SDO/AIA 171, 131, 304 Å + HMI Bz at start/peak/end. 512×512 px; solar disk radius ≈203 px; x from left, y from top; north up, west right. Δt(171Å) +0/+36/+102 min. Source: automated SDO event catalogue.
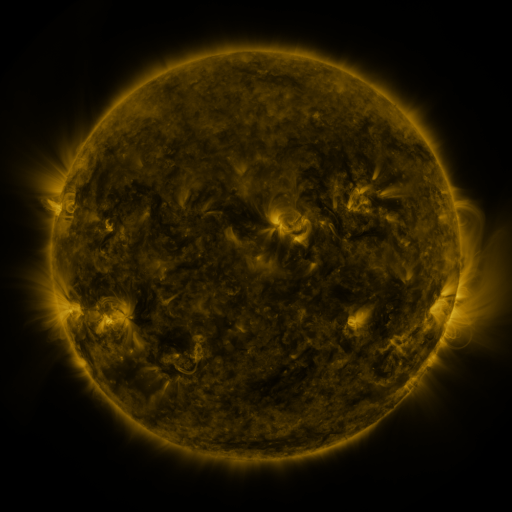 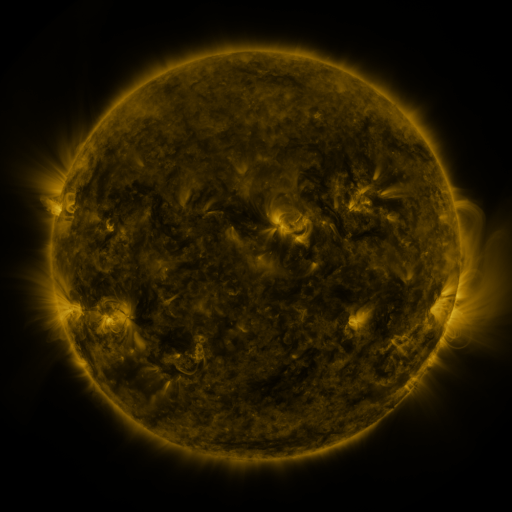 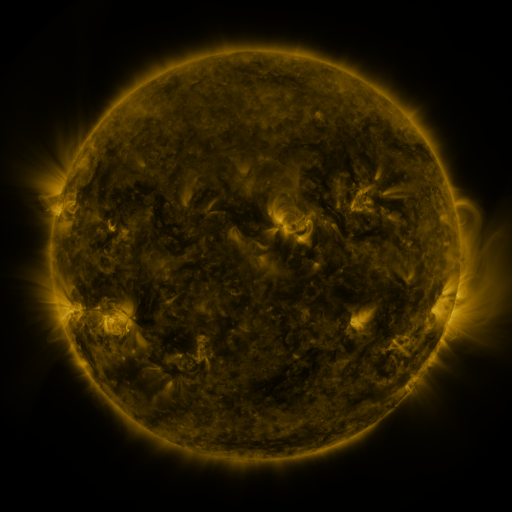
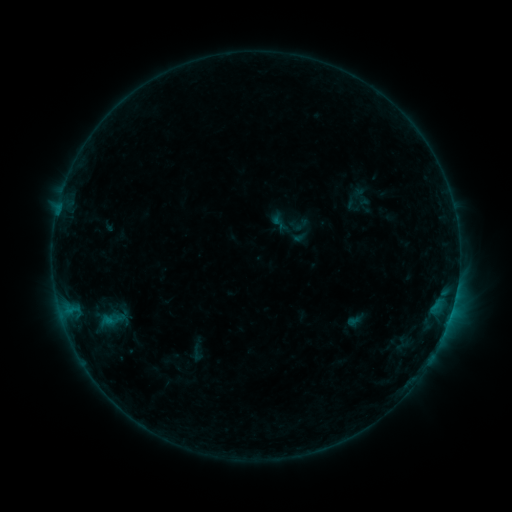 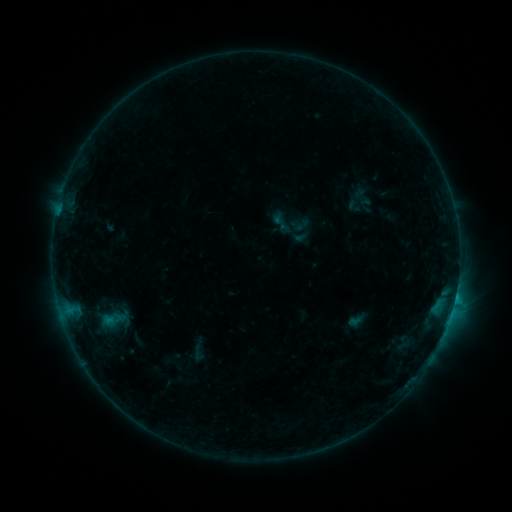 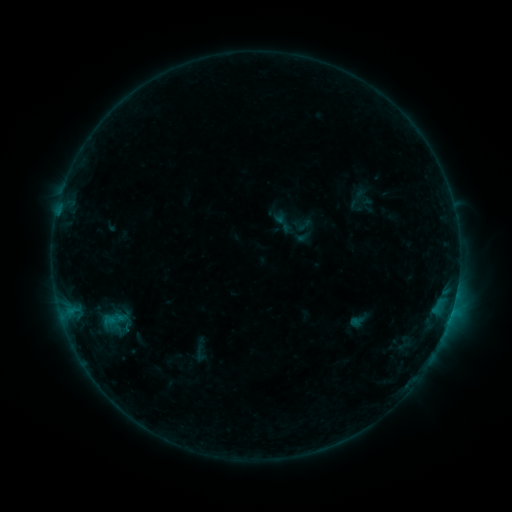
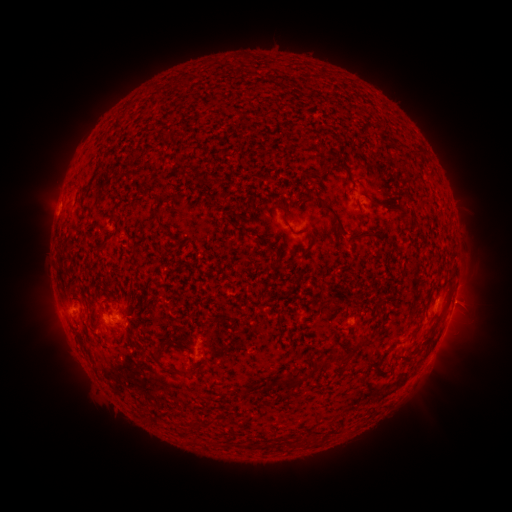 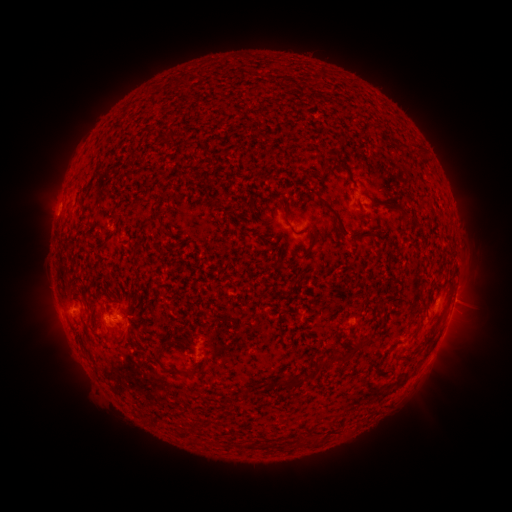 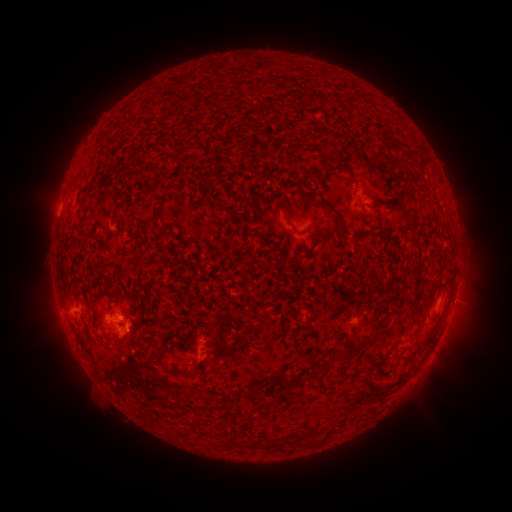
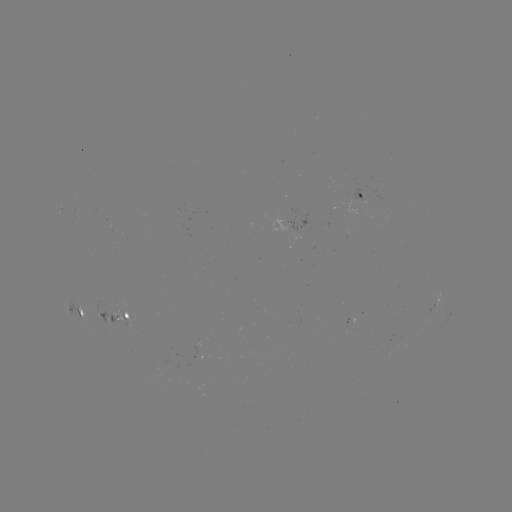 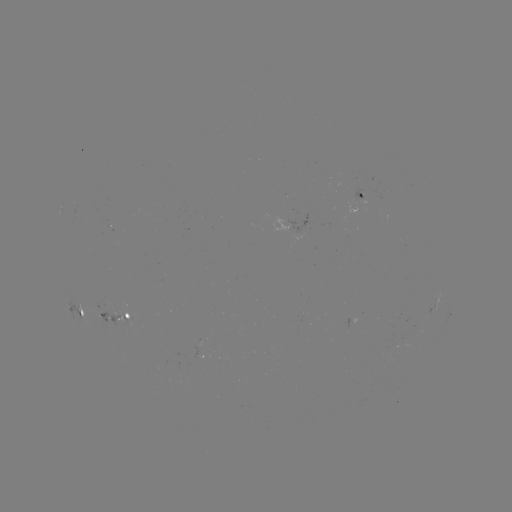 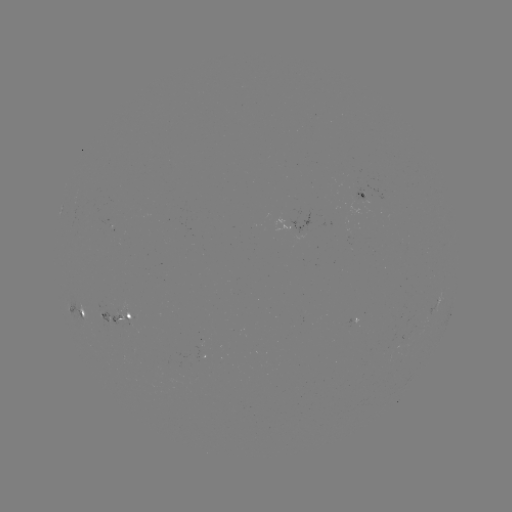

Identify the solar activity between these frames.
B9.1 flare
